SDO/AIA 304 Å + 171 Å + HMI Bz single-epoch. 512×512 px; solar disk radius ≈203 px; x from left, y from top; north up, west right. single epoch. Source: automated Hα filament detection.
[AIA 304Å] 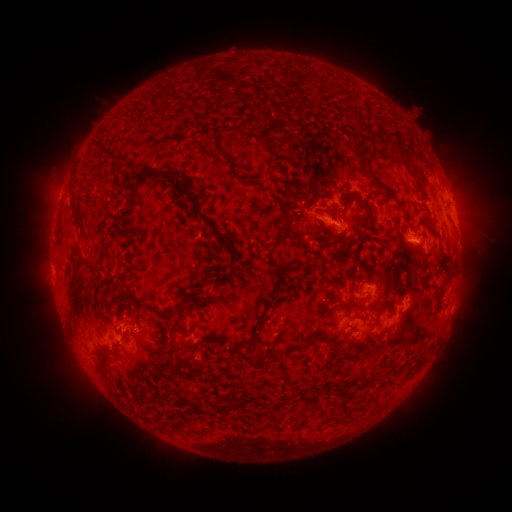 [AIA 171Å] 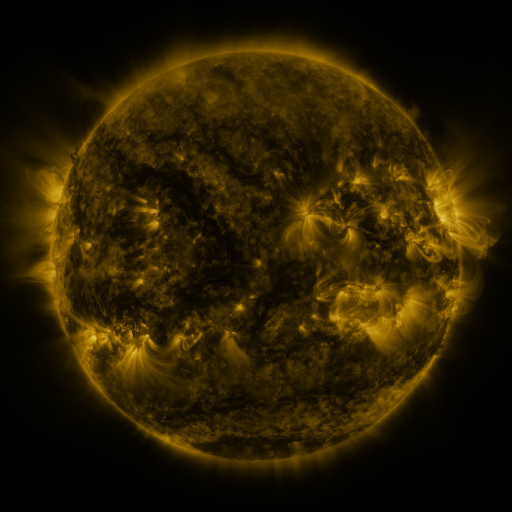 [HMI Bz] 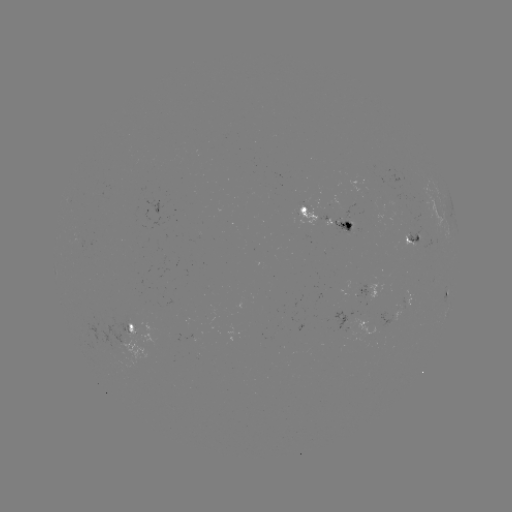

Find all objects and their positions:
filament: (356, 150)
filament: (103, 153)
filament: (408, 153)
filament: (170, 175)
filament: (137, 178)
filament: (254, 183)
filament: (73, 200)
filament: (344, 200)
filament: (207, 223)
filament: (353, 252)
filament: (294, 267)
filament: (448, 270)
filament: (72, 308)
filament: (160, 315)
filament: (262, 354)
filament: (107, 357)
